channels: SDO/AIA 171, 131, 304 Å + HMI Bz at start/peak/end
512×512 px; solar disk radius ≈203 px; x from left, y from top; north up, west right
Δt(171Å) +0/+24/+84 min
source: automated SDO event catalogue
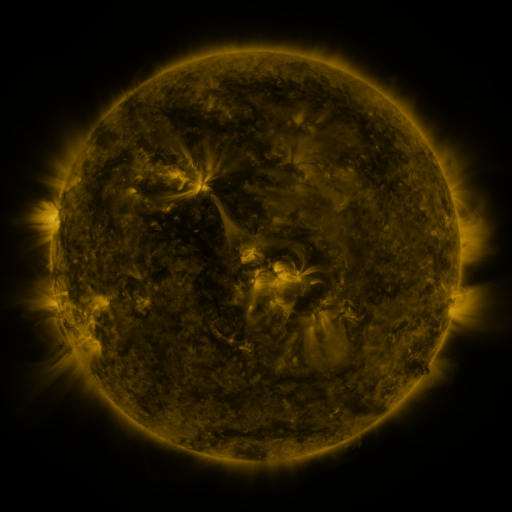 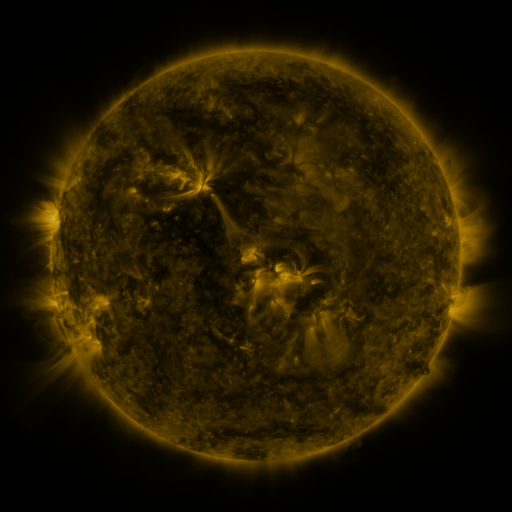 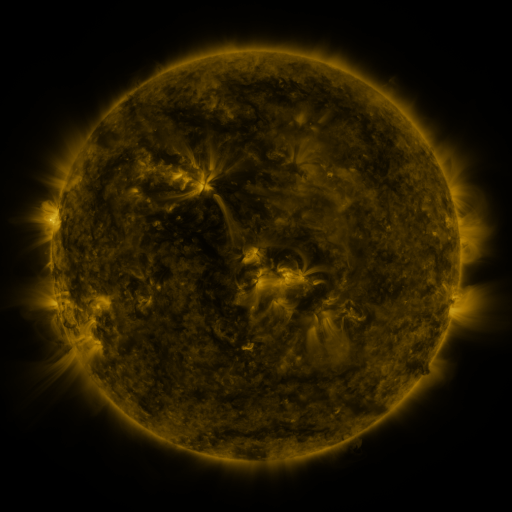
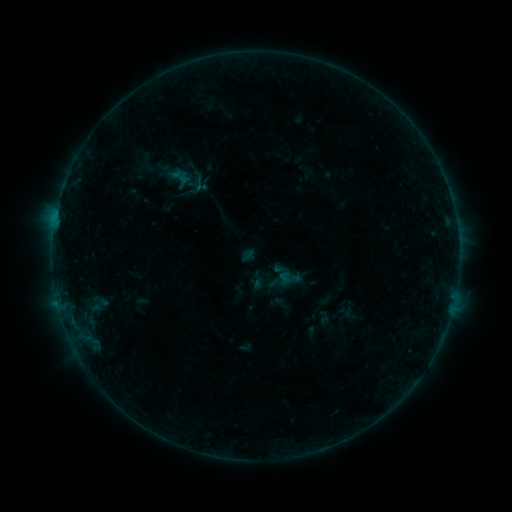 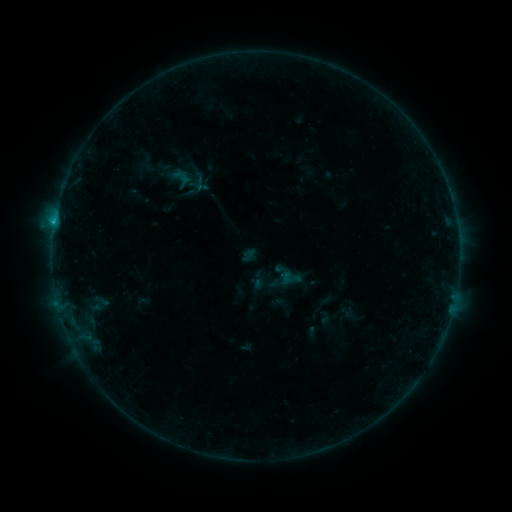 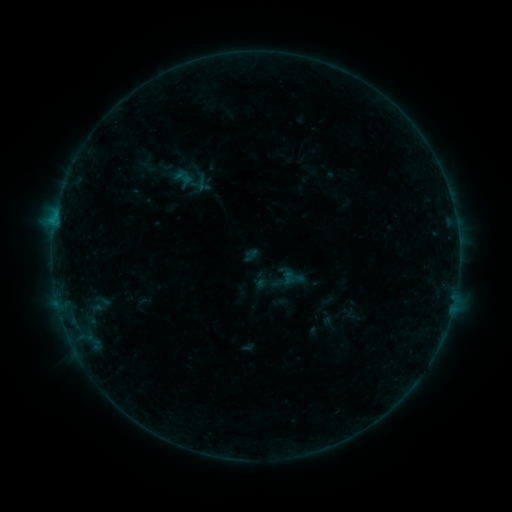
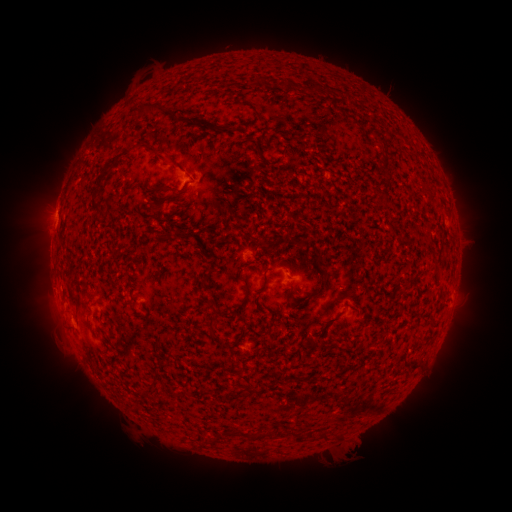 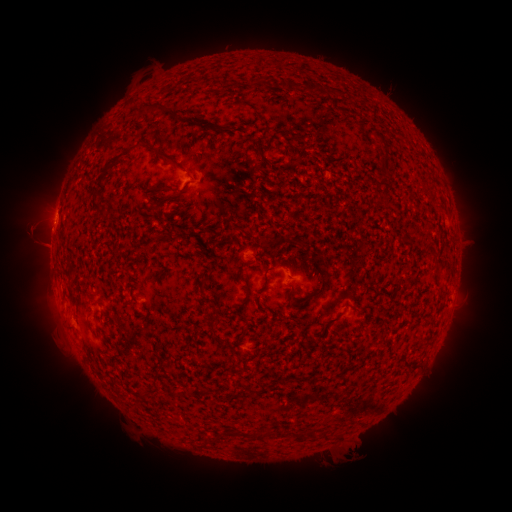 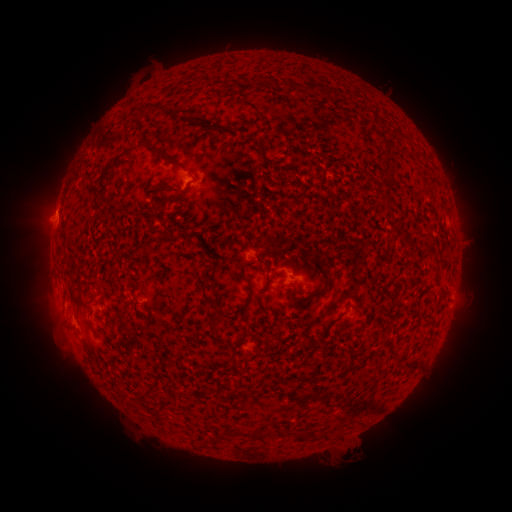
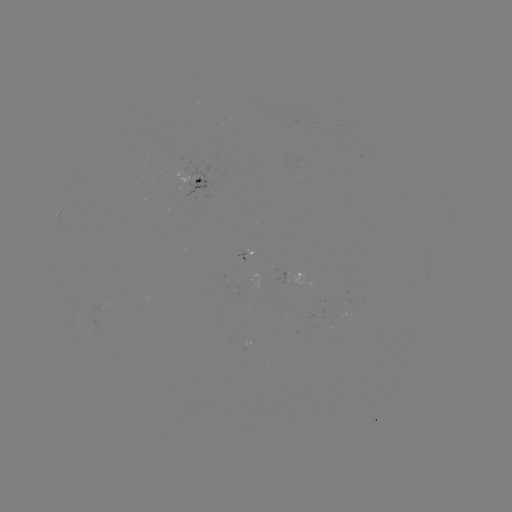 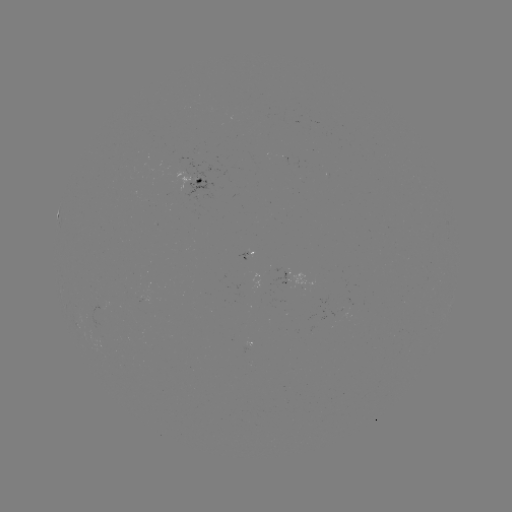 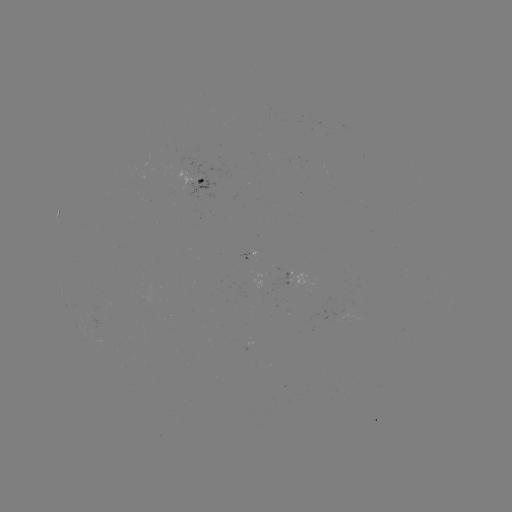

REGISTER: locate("B5.3 flare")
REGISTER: (55, 223)